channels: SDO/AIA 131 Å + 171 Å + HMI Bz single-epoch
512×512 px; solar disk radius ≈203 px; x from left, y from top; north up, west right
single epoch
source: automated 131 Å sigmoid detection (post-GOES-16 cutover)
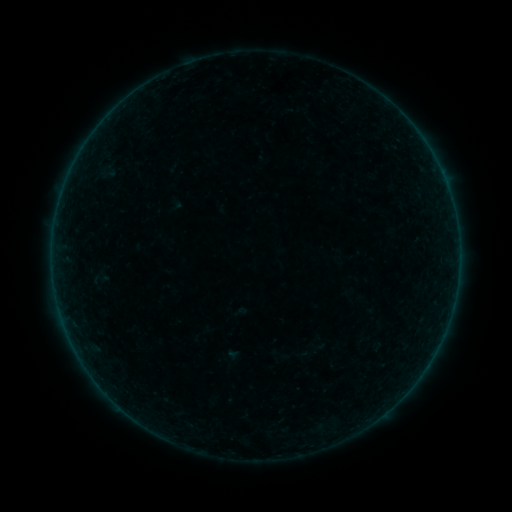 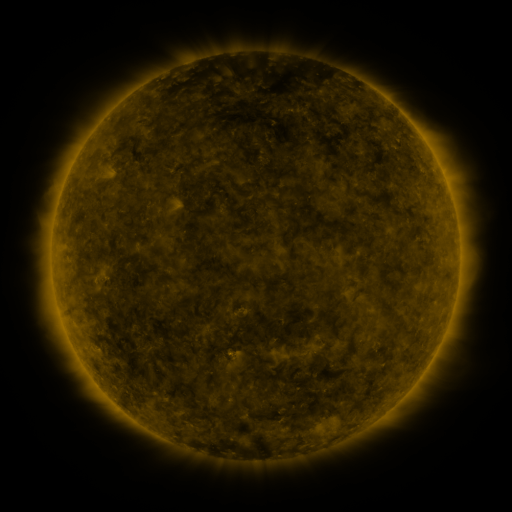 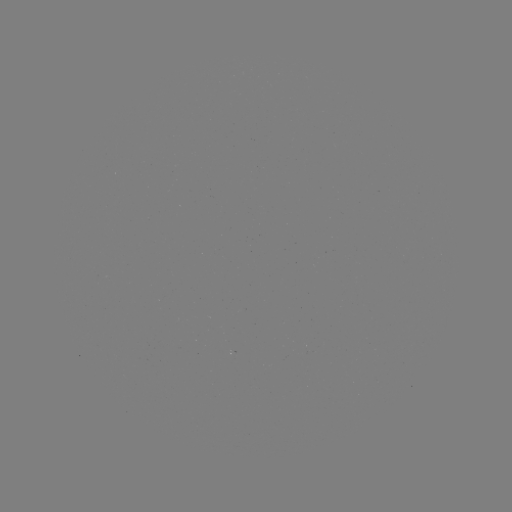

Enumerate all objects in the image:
sigmoid: (90, 266, 110, 291)
